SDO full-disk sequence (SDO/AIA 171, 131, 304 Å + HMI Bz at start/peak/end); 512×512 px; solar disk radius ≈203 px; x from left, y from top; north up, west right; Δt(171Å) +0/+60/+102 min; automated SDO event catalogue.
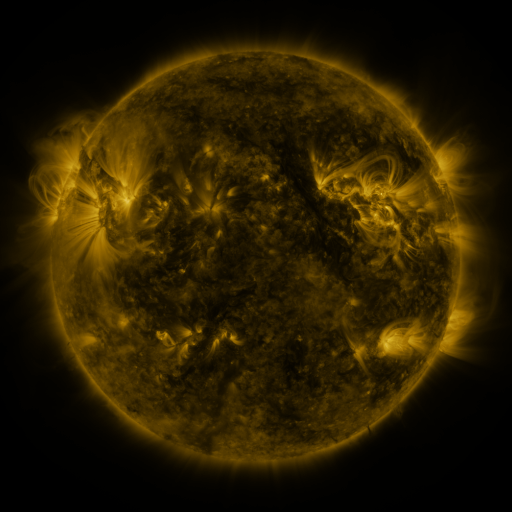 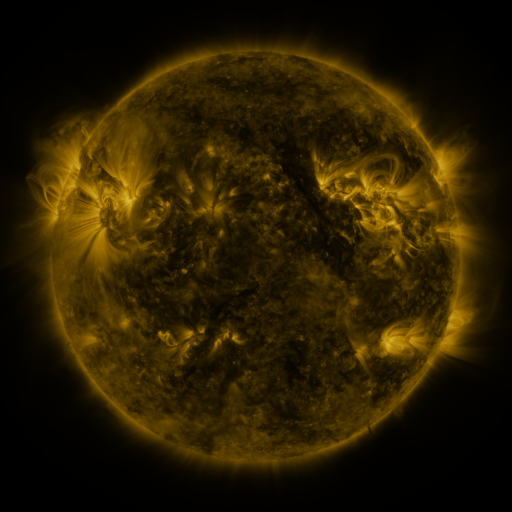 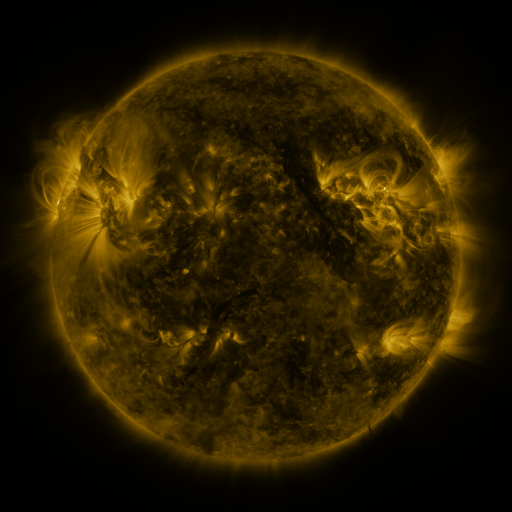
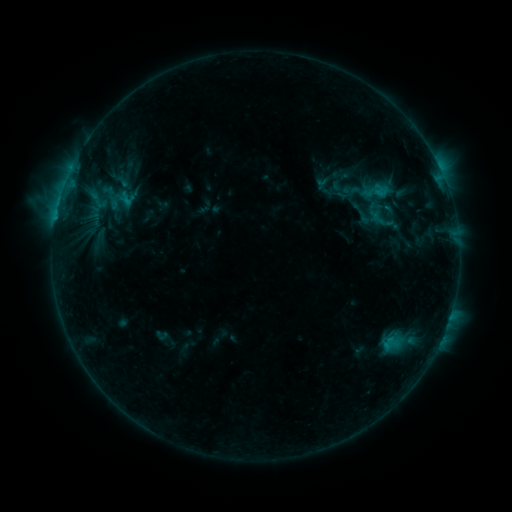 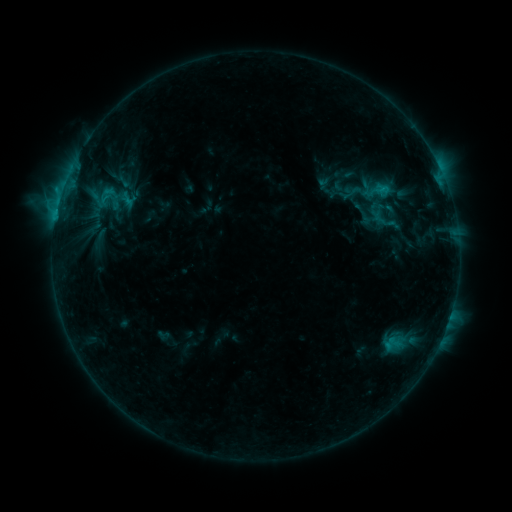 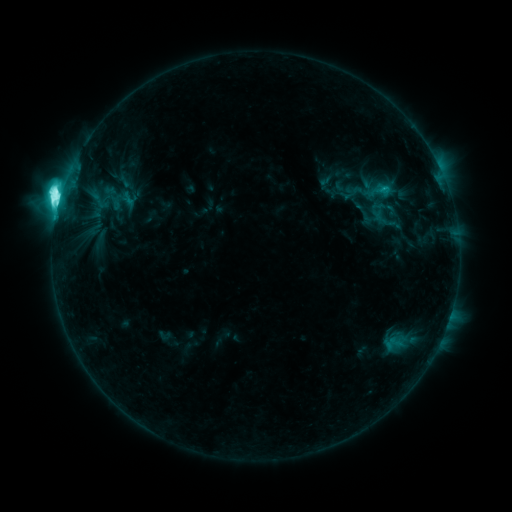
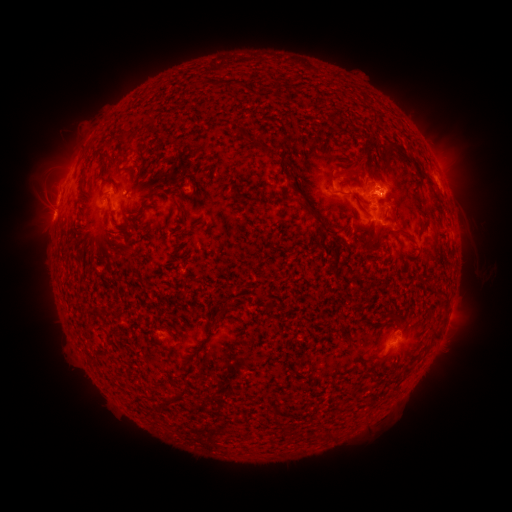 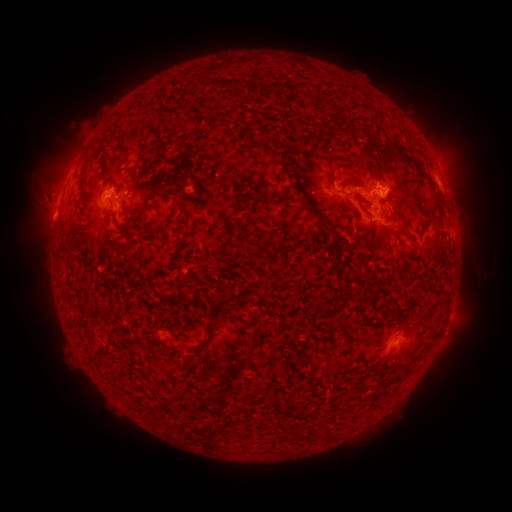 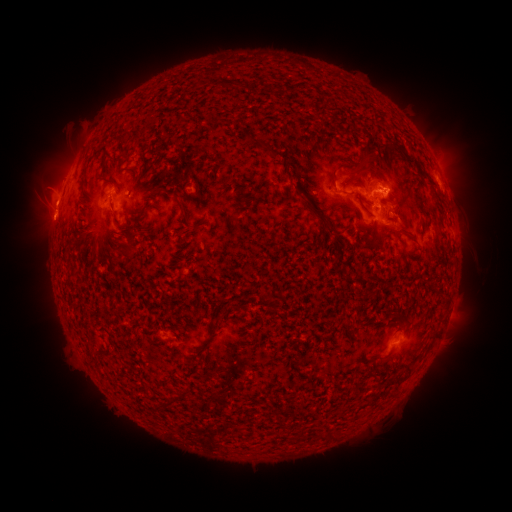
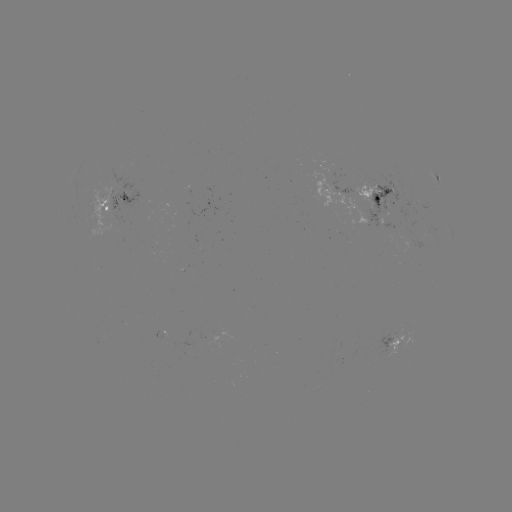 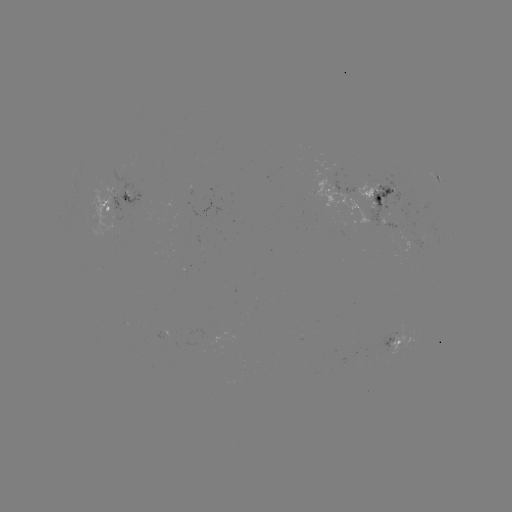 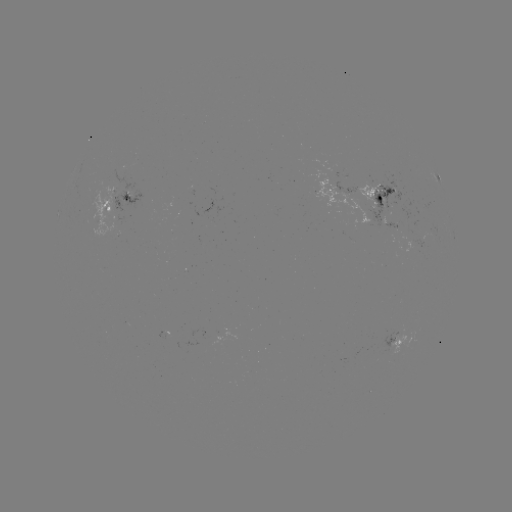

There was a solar emerging-flux region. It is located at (408, 230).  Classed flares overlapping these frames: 2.